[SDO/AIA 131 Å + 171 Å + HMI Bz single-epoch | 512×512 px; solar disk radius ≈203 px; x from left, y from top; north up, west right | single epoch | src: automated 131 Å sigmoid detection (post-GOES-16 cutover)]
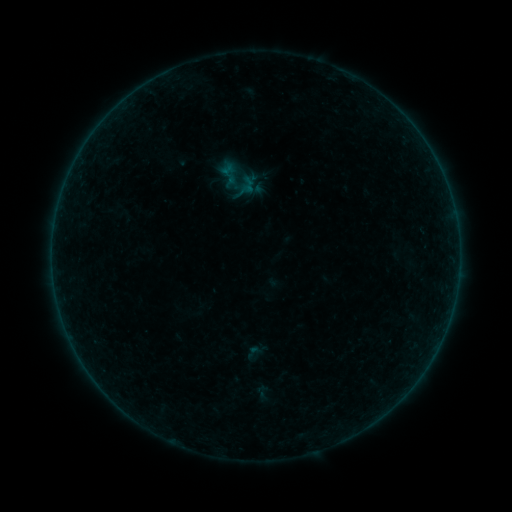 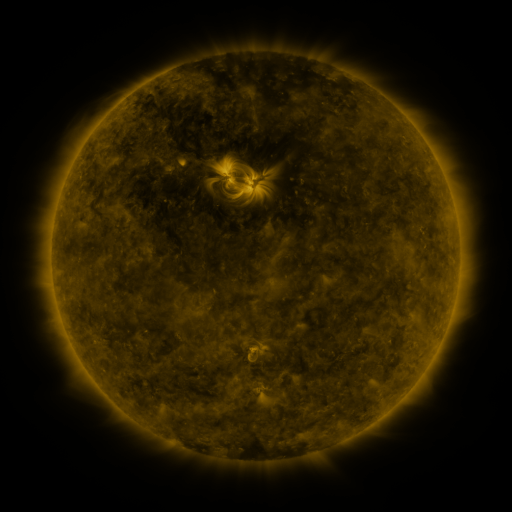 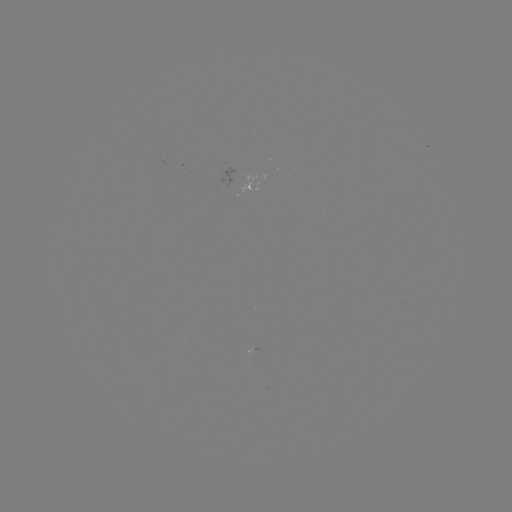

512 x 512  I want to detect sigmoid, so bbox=[244, 343, 262, 361].